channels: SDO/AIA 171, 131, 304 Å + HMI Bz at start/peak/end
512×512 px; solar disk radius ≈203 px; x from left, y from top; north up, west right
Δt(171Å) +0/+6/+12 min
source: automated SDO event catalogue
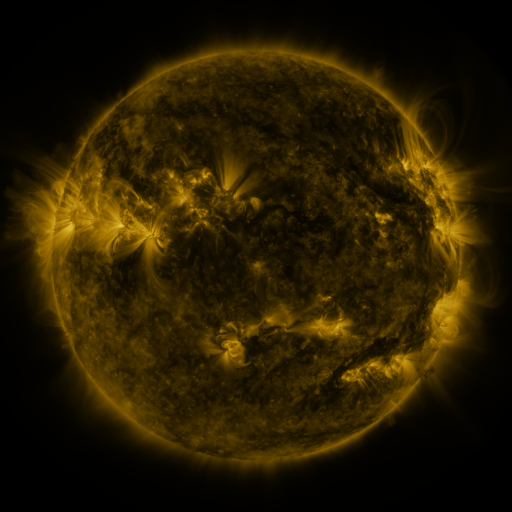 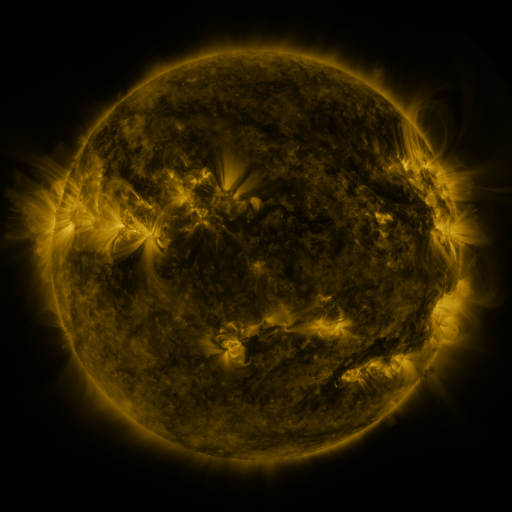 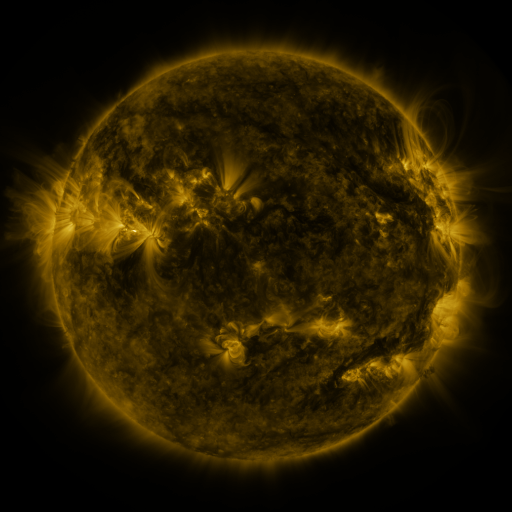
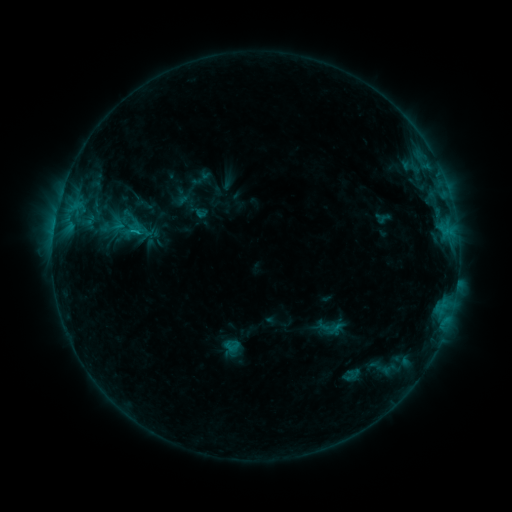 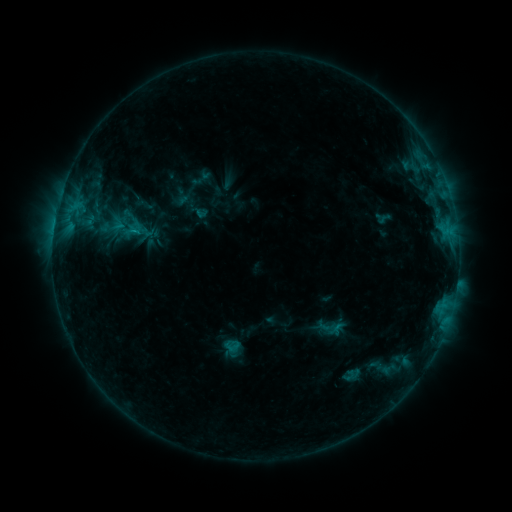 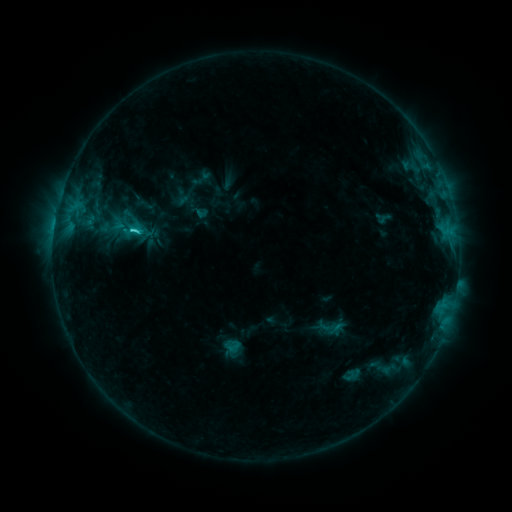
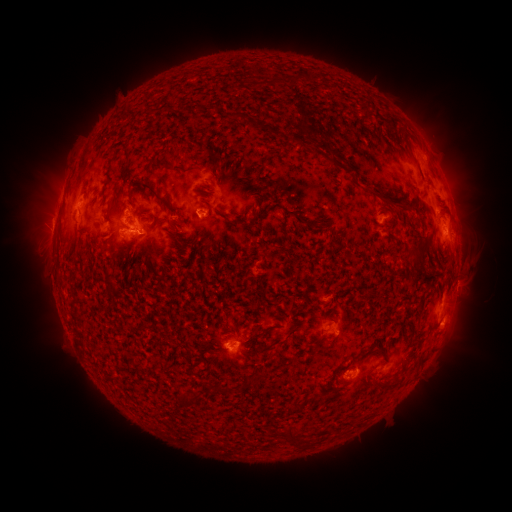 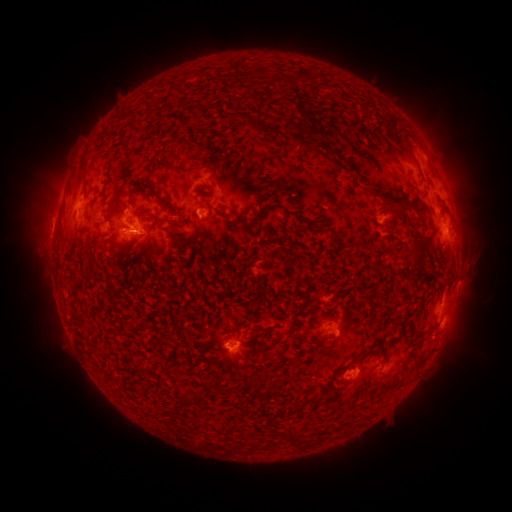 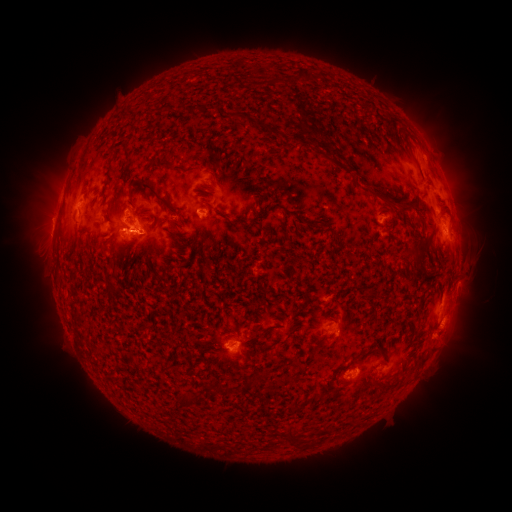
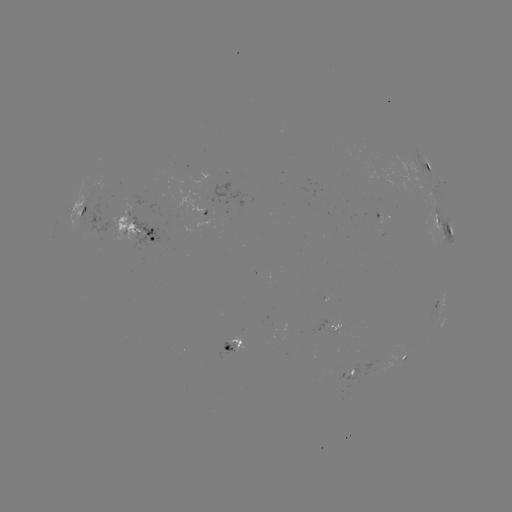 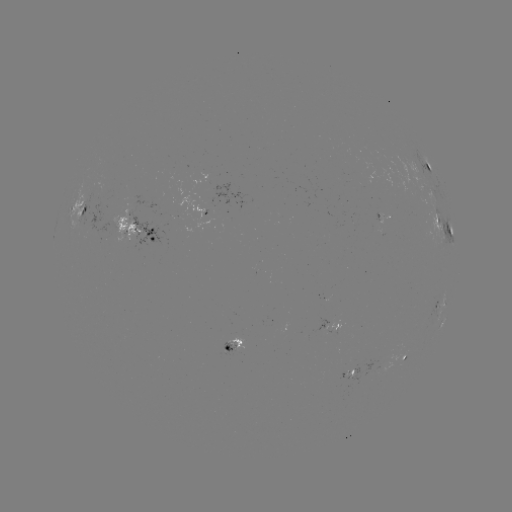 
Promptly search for C2.4 flare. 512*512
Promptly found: [135, 232].